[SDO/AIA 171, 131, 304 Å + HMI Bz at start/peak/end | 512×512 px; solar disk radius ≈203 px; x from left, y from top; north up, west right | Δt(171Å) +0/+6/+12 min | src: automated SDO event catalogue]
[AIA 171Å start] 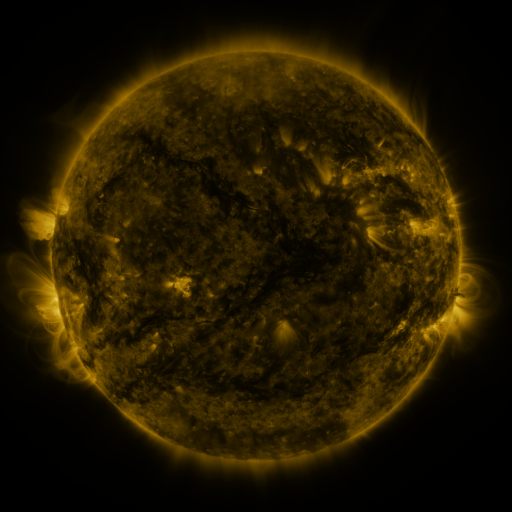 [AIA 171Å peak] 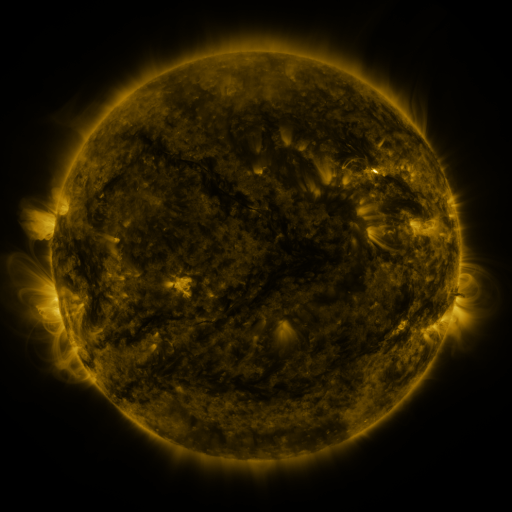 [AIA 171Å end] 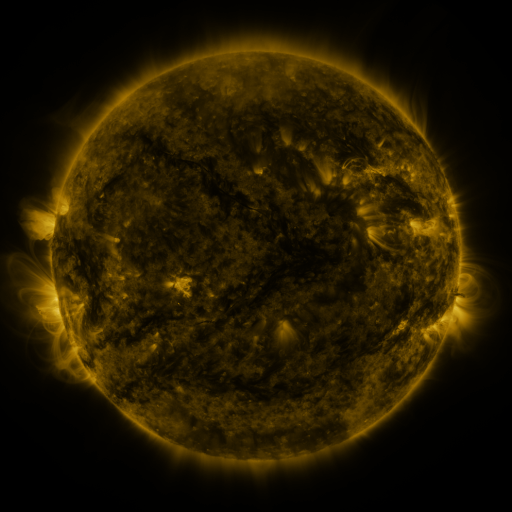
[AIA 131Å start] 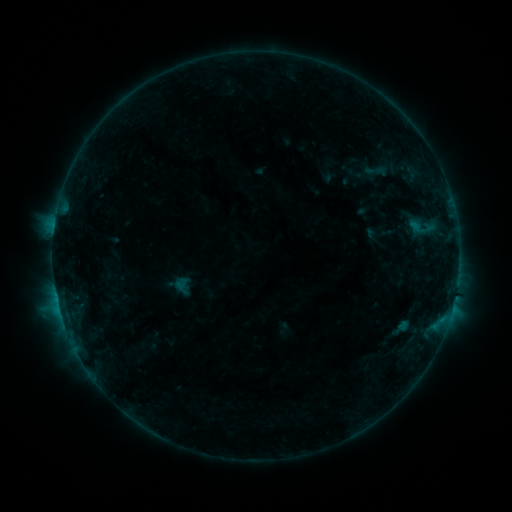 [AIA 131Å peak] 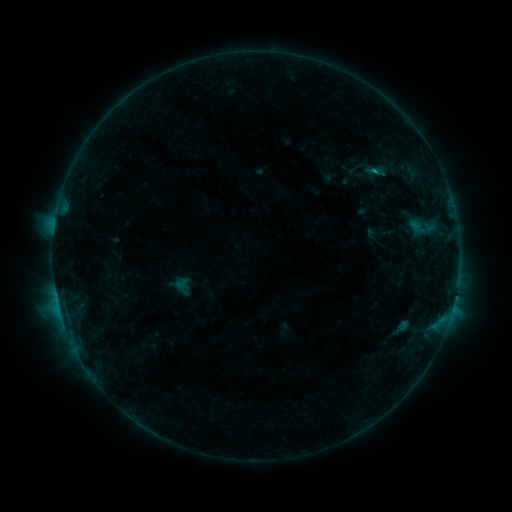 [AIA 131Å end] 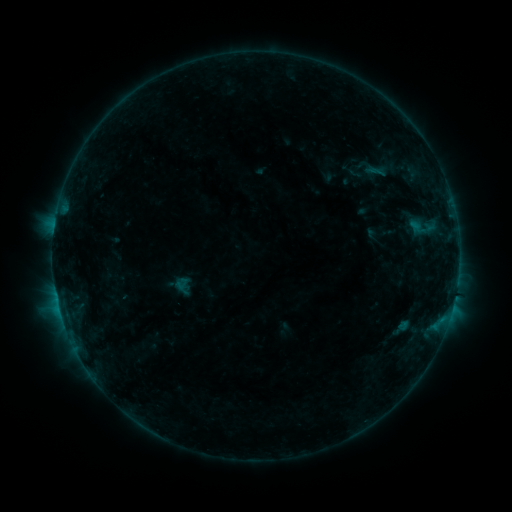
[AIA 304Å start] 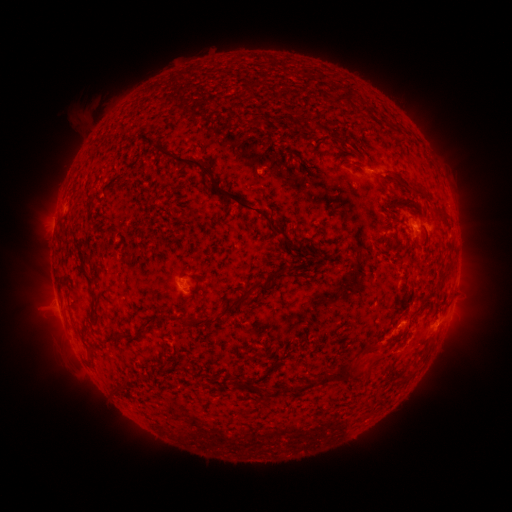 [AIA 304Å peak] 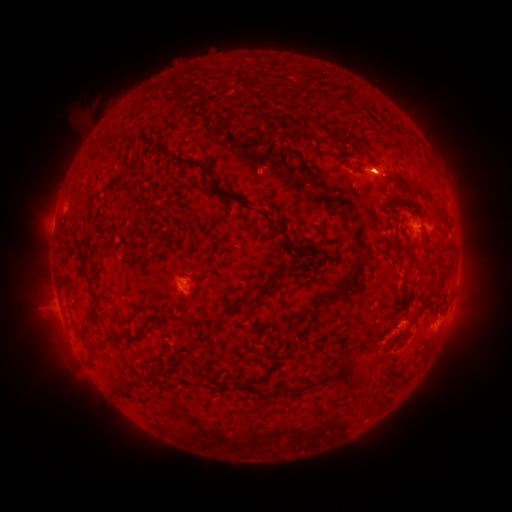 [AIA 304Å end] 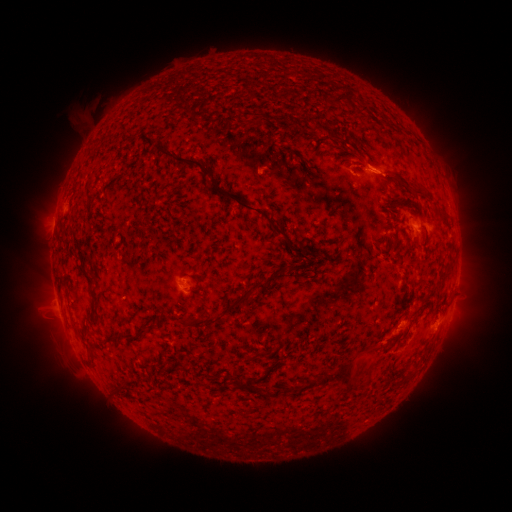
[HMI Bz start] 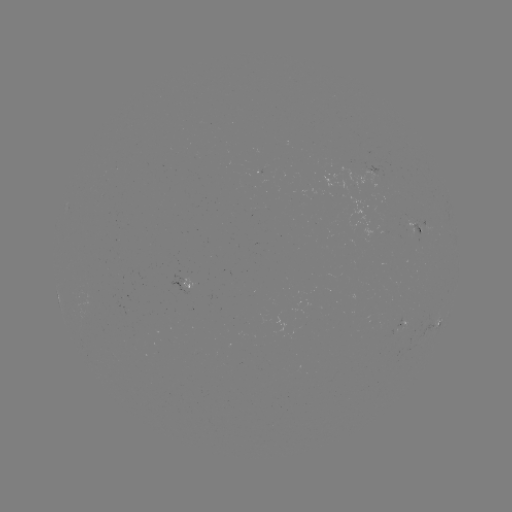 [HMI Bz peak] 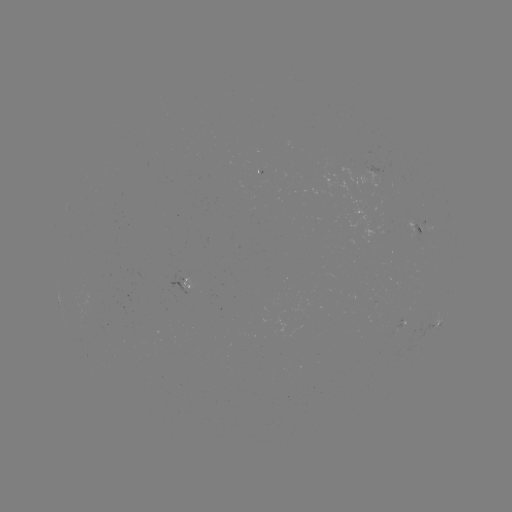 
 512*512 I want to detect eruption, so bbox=[350, 143, 404, 196].